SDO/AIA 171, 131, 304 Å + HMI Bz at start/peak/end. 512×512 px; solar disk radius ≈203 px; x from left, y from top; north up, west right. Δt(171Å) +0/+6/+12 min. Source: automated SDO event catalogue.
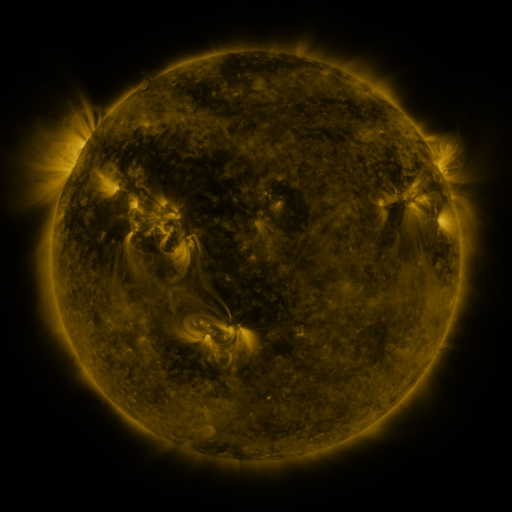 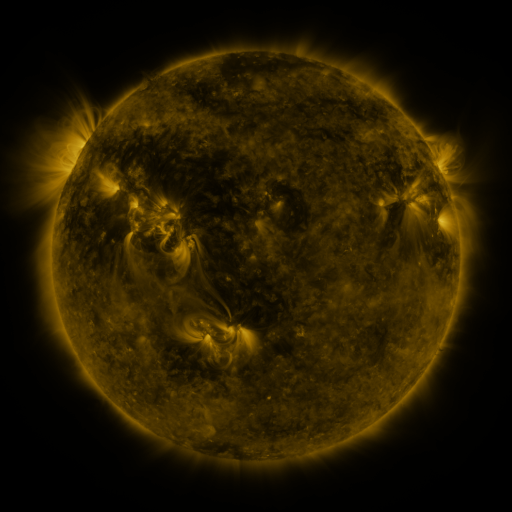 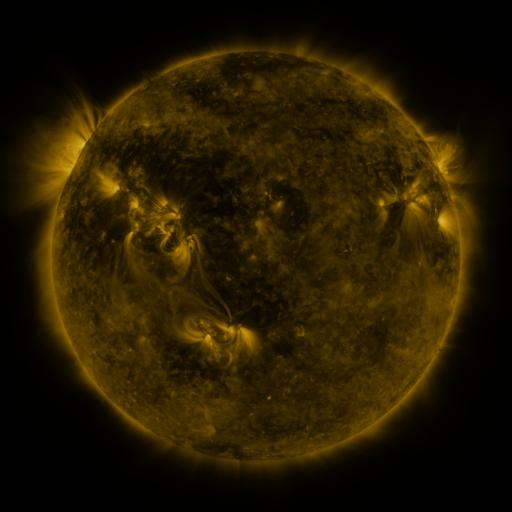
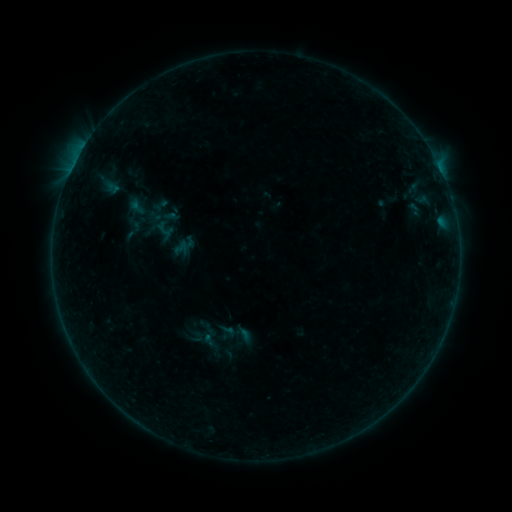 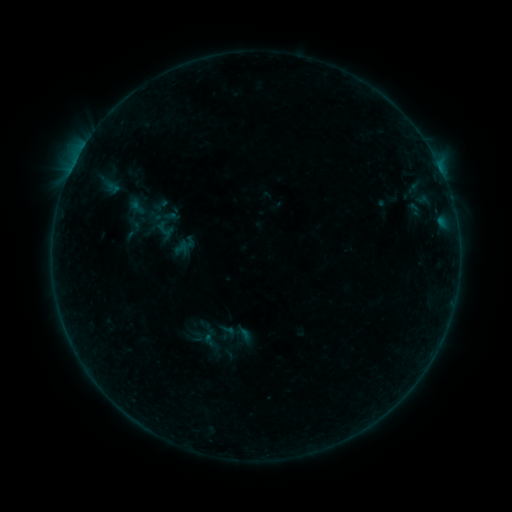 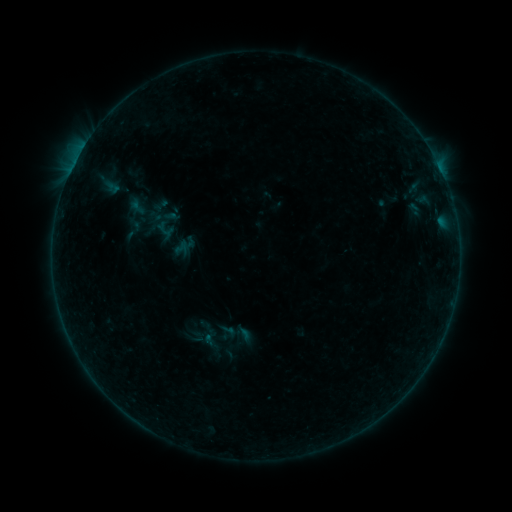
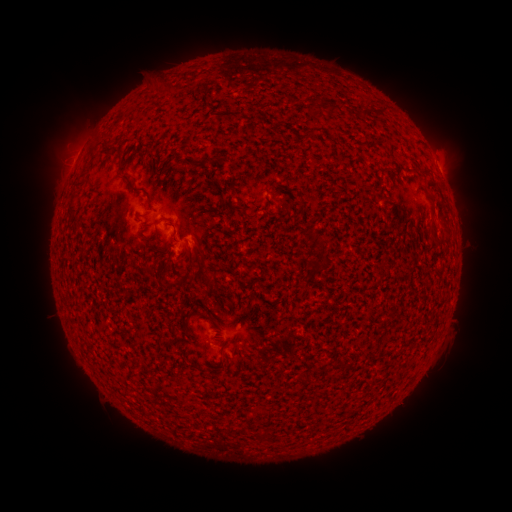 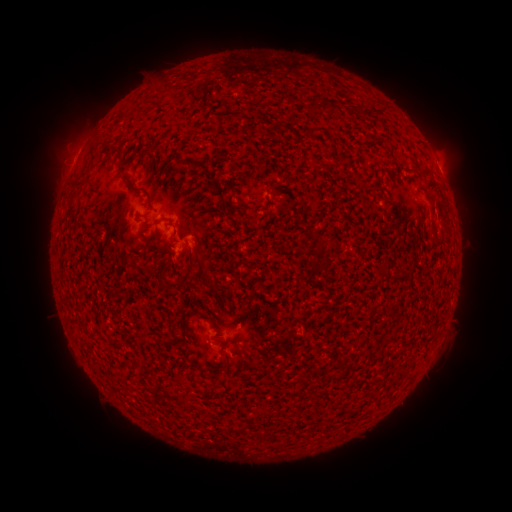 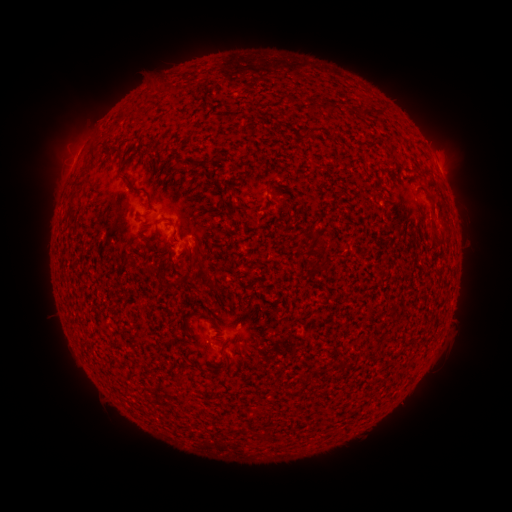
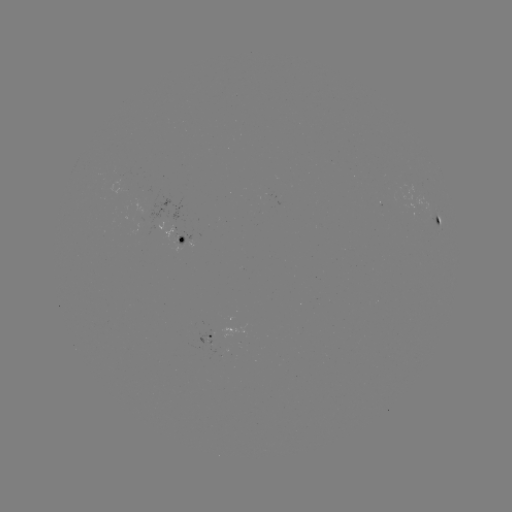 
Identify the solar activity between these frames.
no classed flare was catalogued and no EUV brightening was flagged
